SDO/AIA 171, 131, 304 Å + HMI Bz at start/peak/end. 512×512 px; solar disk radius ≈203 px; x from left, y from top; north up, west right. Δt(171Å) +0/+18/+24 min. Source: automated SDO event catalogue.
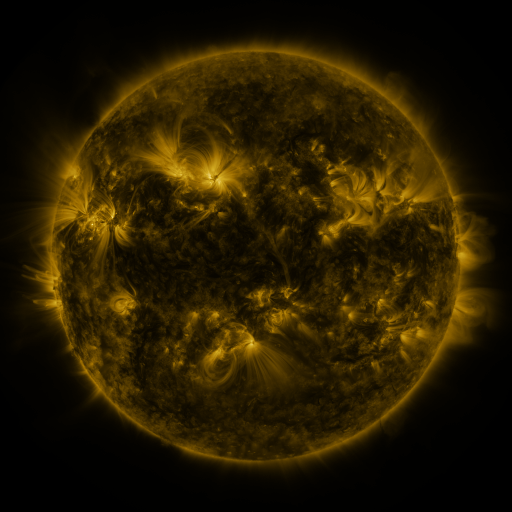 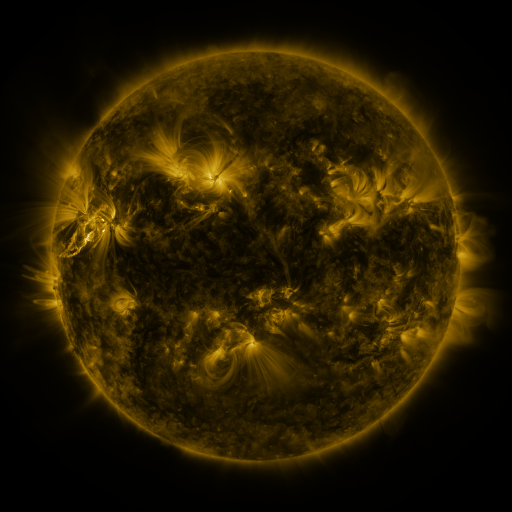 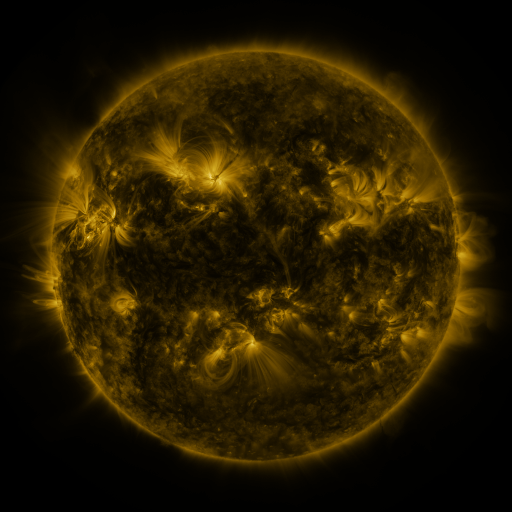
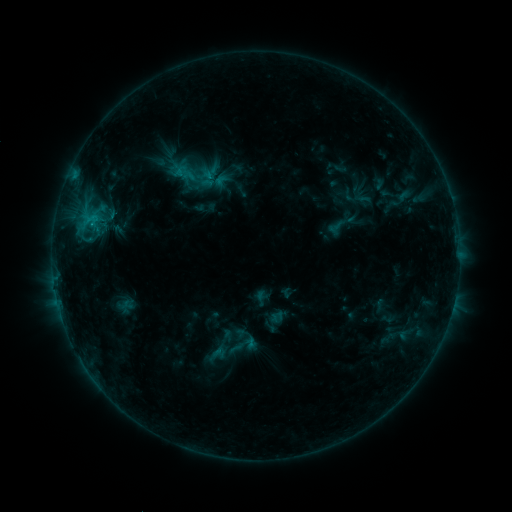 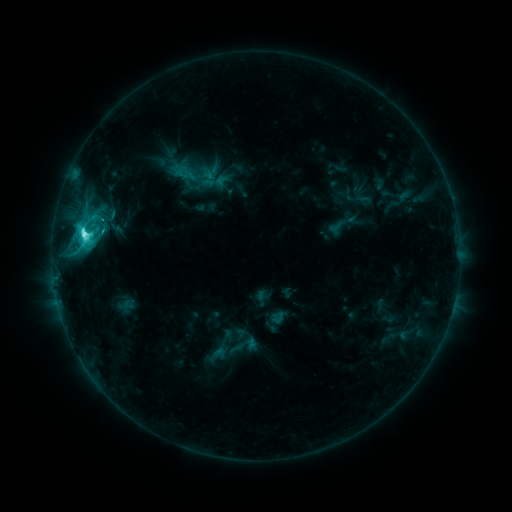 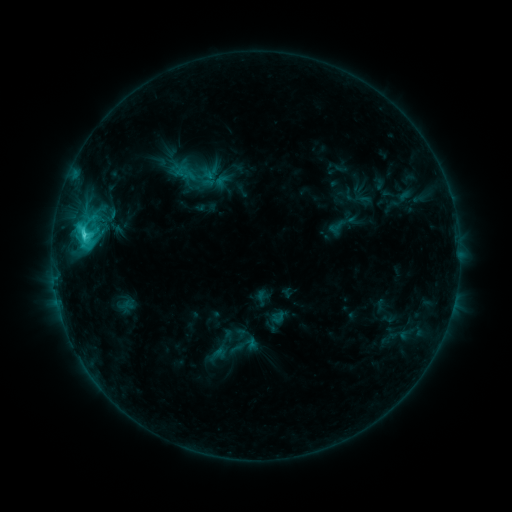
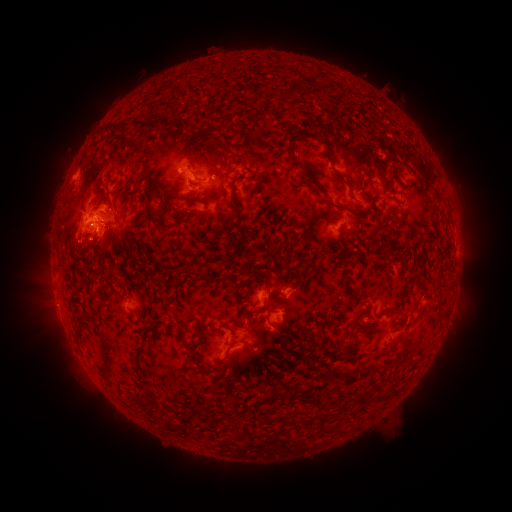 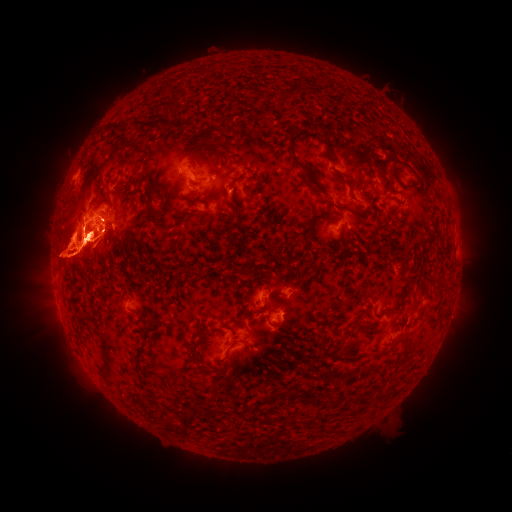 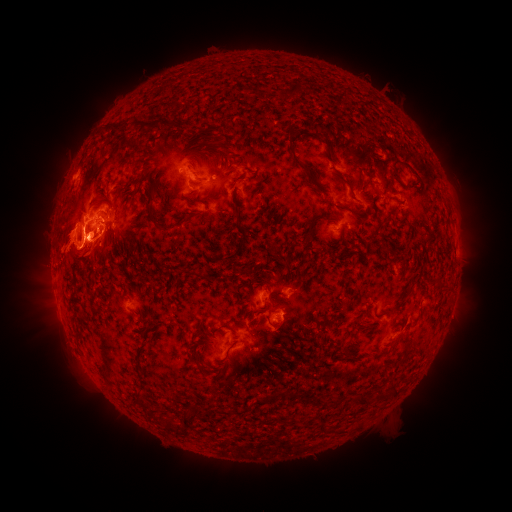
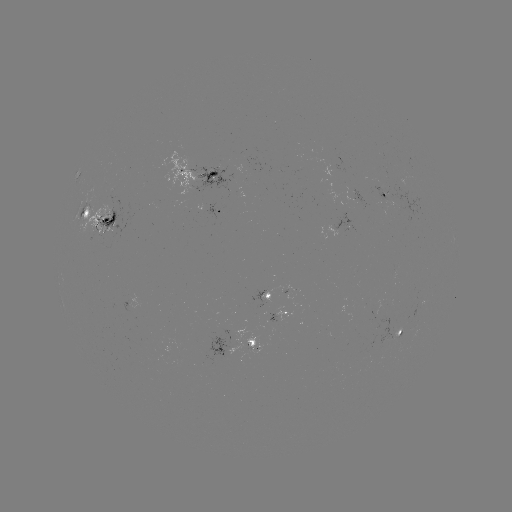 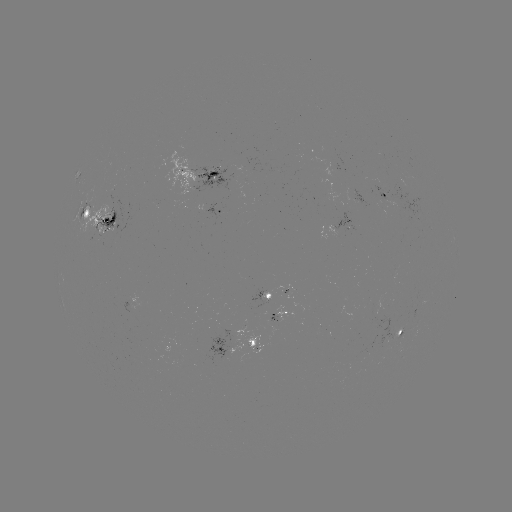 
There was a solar flare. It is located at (85, 233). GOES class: C8.0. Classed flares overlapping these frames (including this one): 1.